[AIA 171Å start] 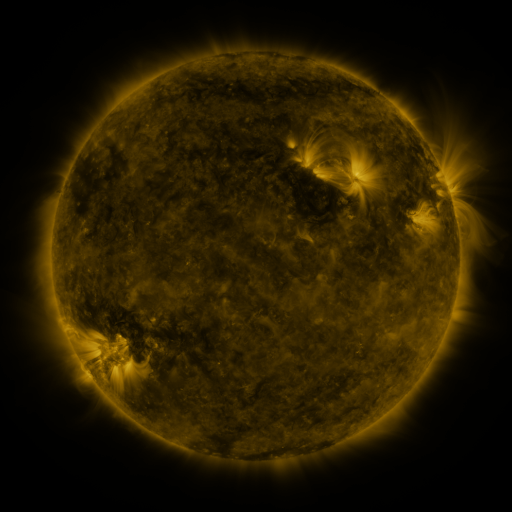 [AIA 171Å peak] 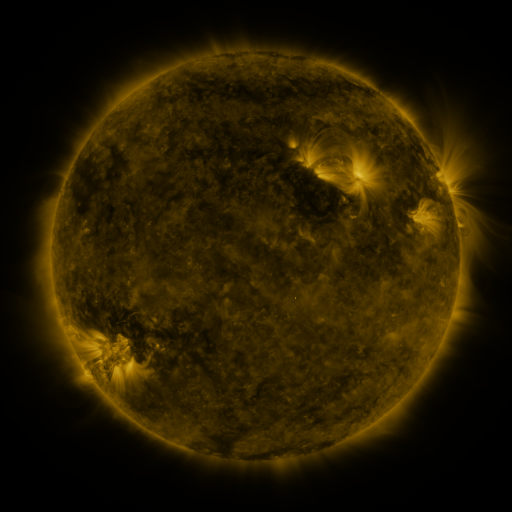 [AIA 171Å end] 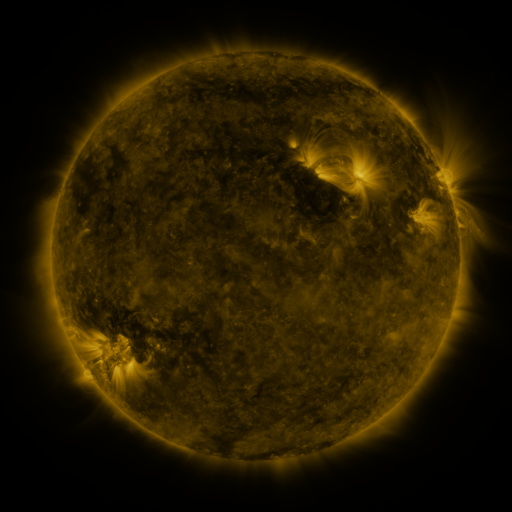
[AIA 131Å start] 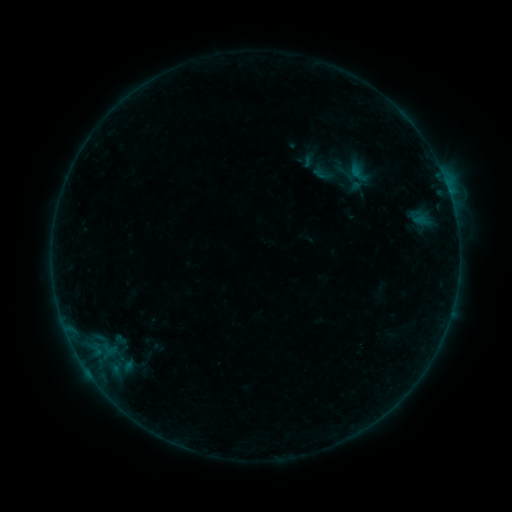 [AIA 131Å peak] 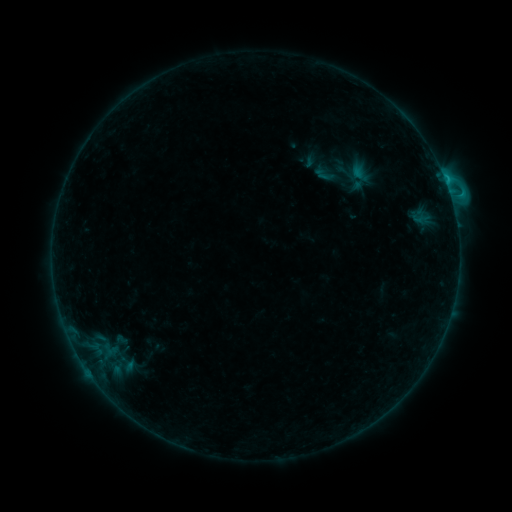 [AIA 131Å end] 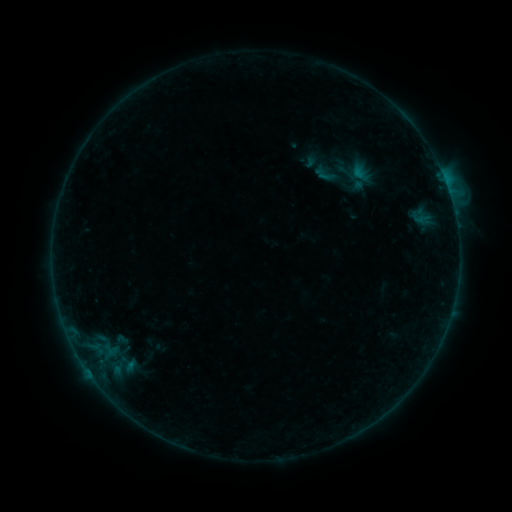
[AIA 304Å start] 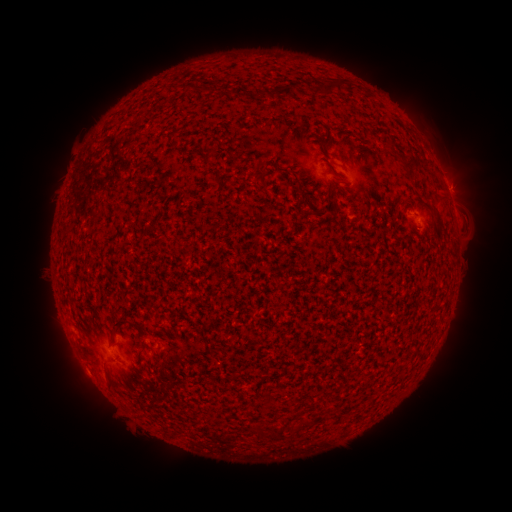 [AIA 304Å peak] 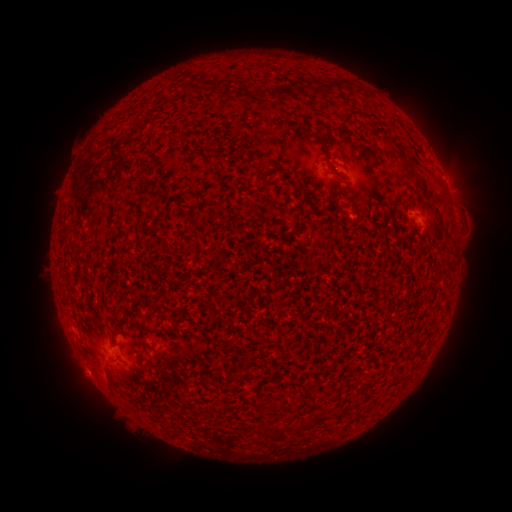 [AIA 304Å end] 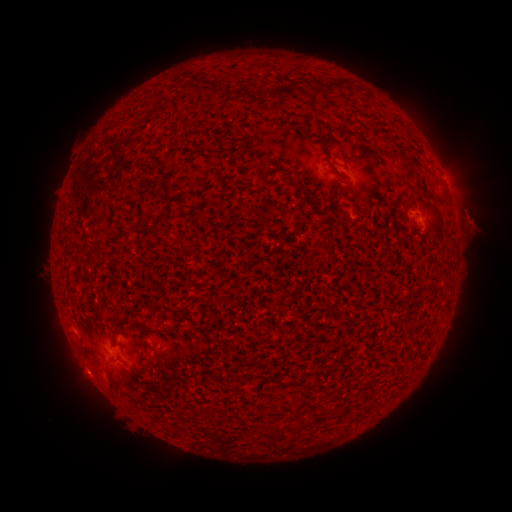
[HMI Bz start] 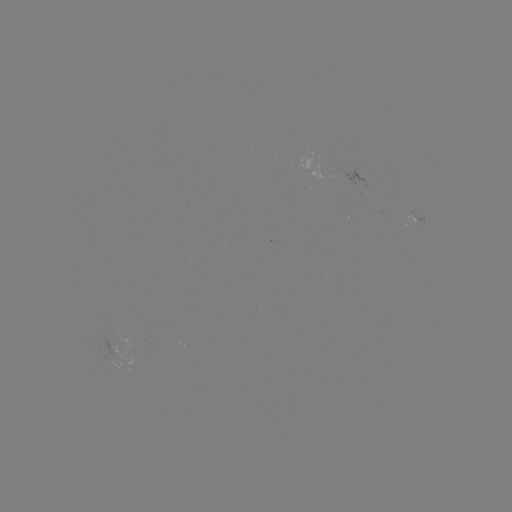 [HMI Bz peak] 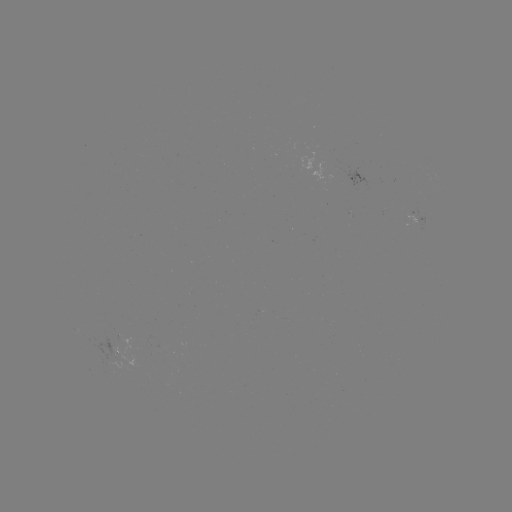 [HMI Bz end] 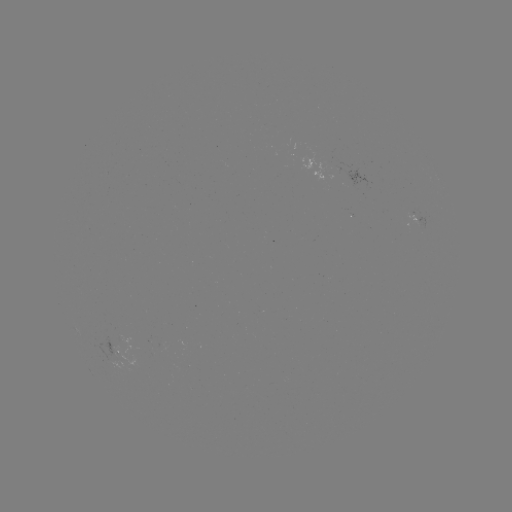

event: flare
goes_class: C1.5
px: (450, 197)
